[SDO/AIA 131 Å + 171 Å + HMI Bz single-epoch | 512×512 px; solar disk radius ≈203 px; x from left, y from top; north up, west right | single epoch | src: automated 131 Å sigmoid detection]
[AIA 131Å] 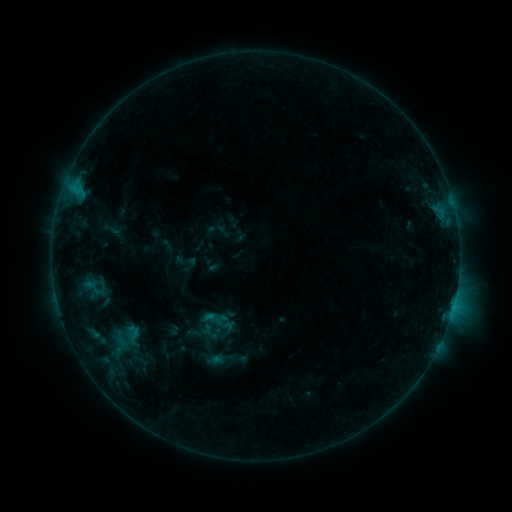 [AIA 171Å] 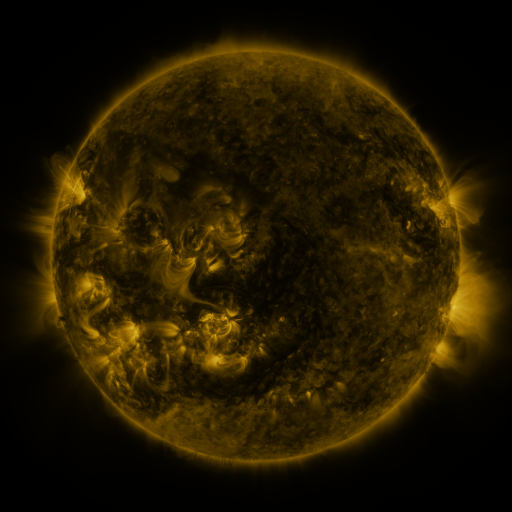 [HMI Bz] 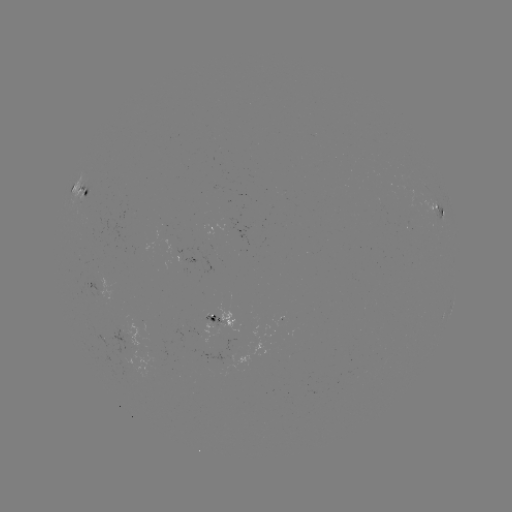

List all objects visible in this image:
sigmoid: <bbox>80, 271, 112, 304</bbox>
sigmoid: <bbox>197, 302, 234, 337</bbox>
